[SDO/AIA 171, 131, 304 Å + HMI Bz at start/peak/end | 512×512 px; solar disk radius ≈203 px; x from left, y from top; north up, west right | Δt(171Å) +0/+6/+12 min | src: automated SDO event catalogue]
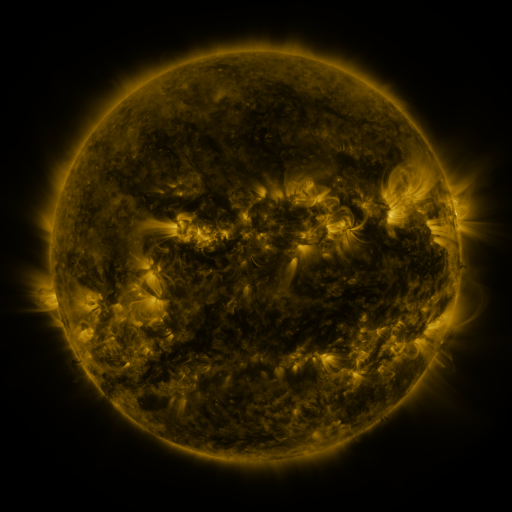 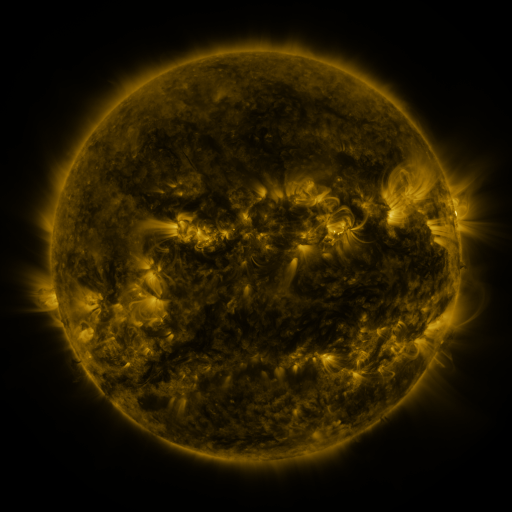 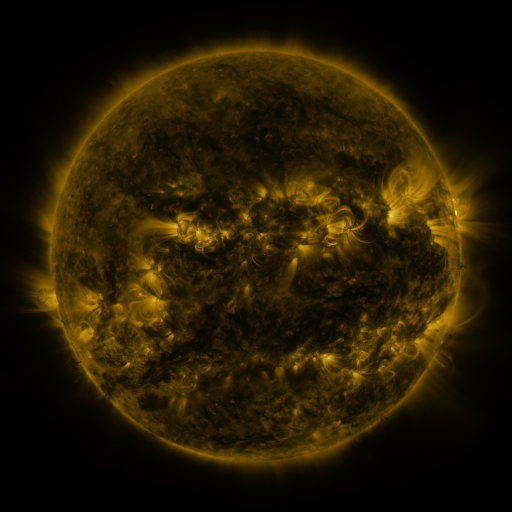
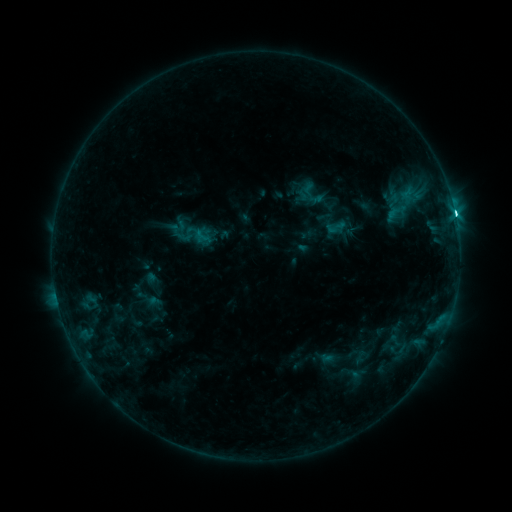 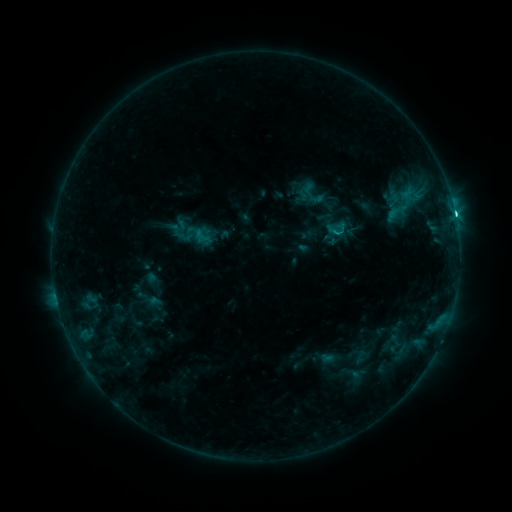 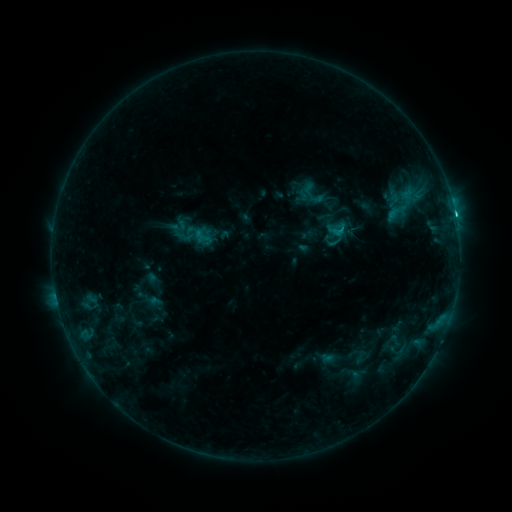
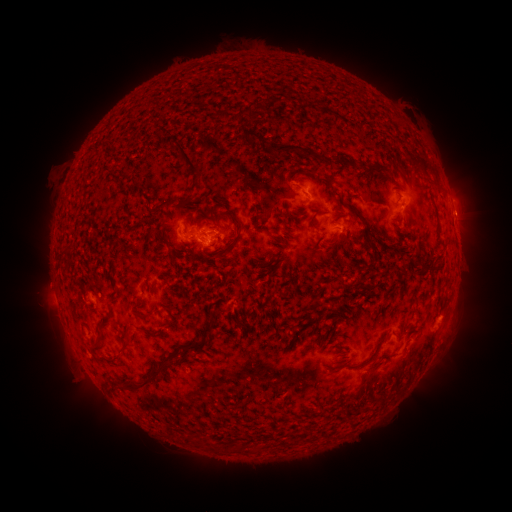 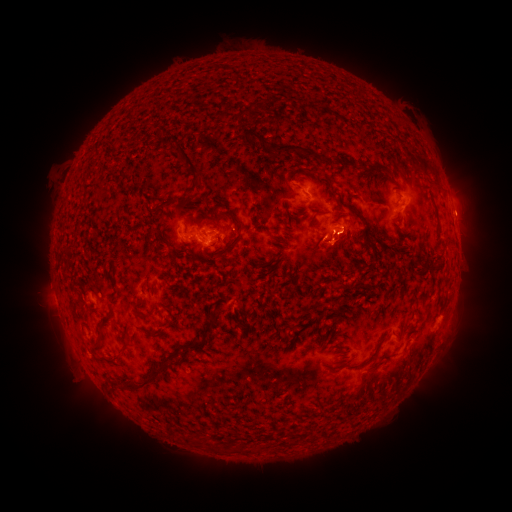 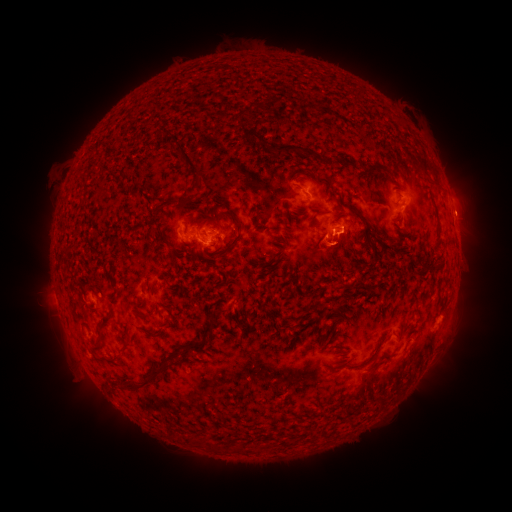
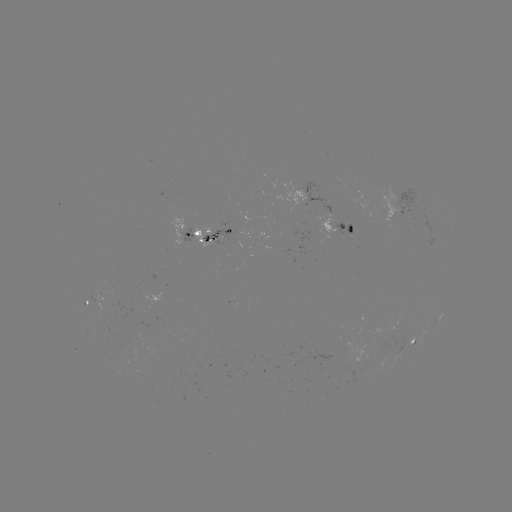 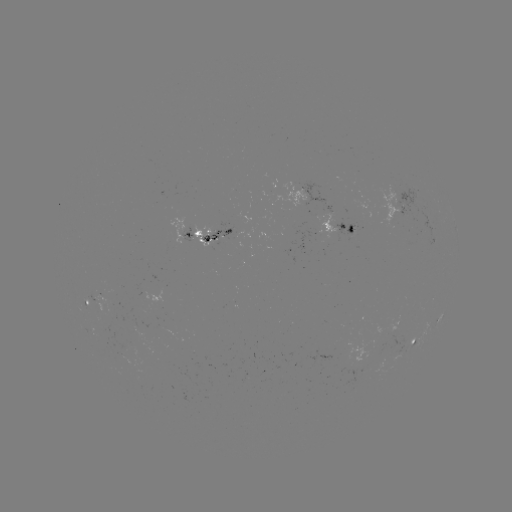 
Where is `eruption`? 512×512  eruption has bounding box [314, 222, 362, 275].